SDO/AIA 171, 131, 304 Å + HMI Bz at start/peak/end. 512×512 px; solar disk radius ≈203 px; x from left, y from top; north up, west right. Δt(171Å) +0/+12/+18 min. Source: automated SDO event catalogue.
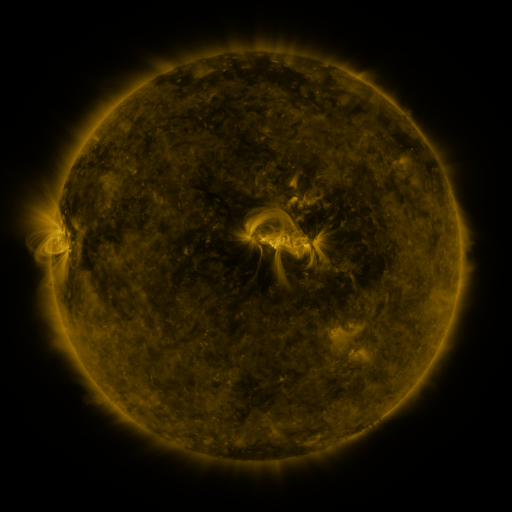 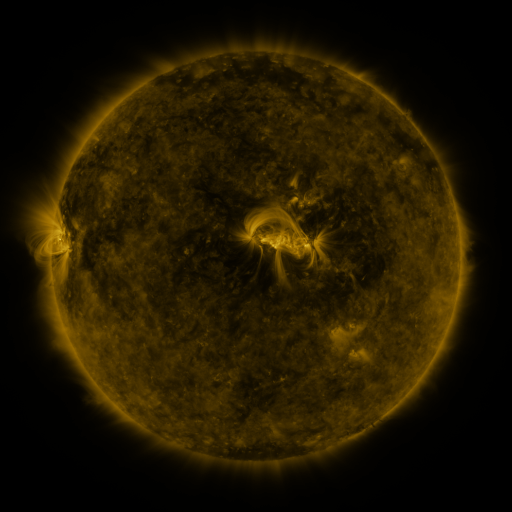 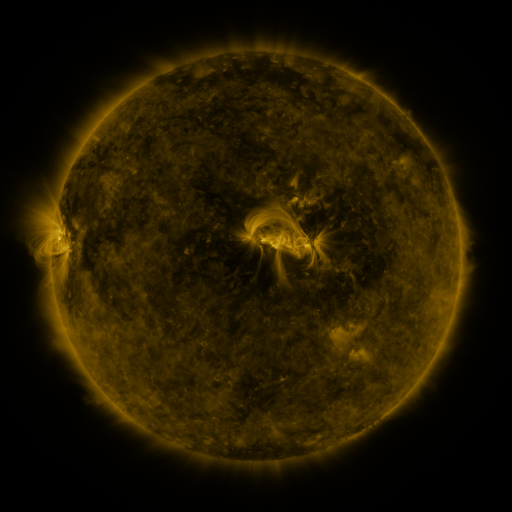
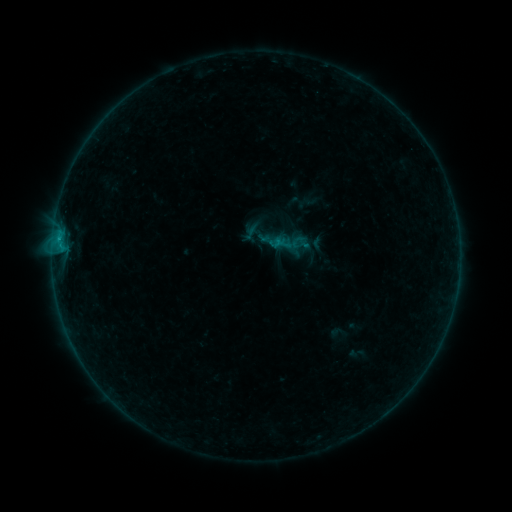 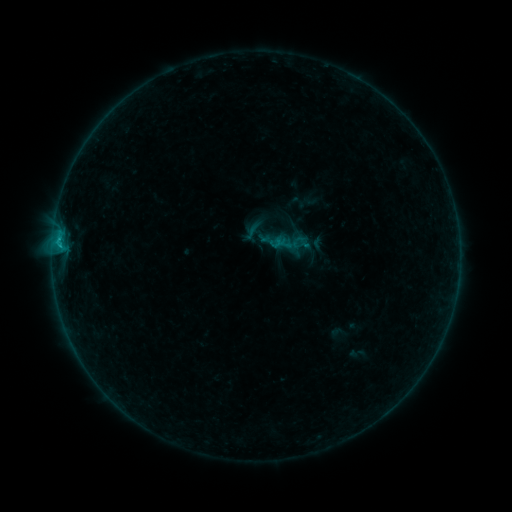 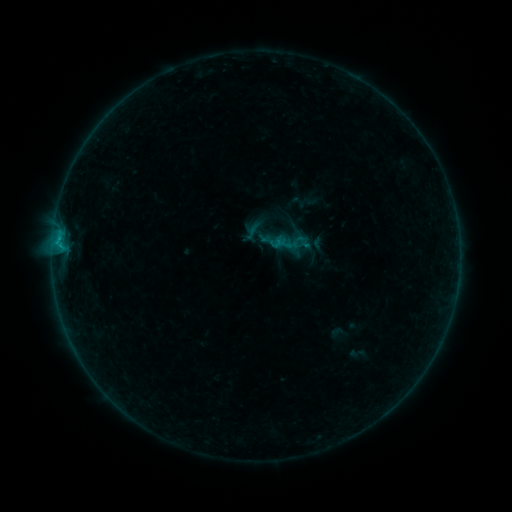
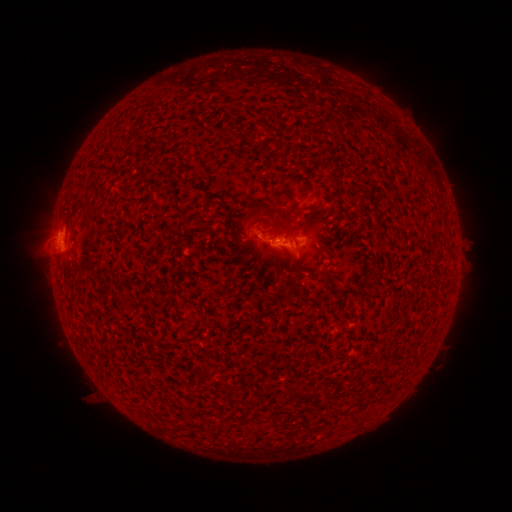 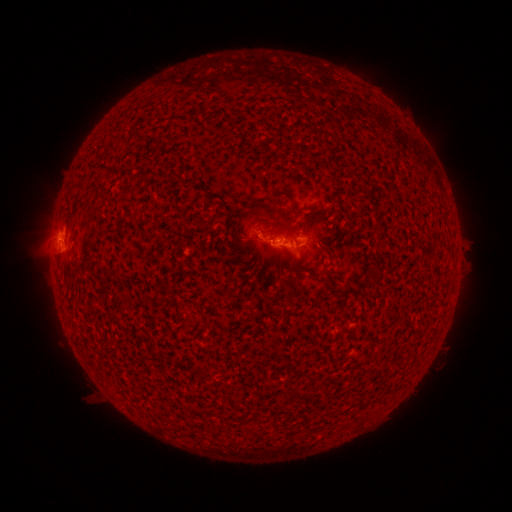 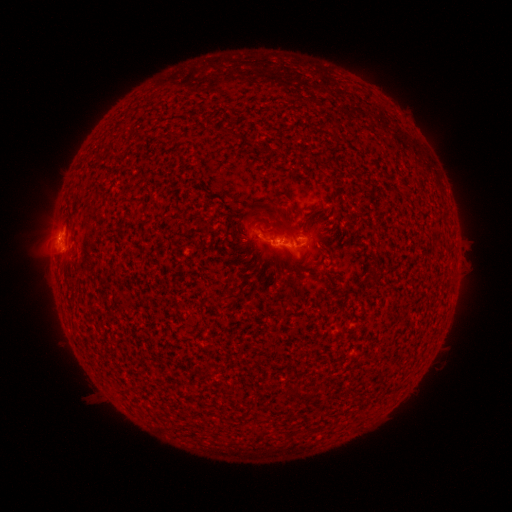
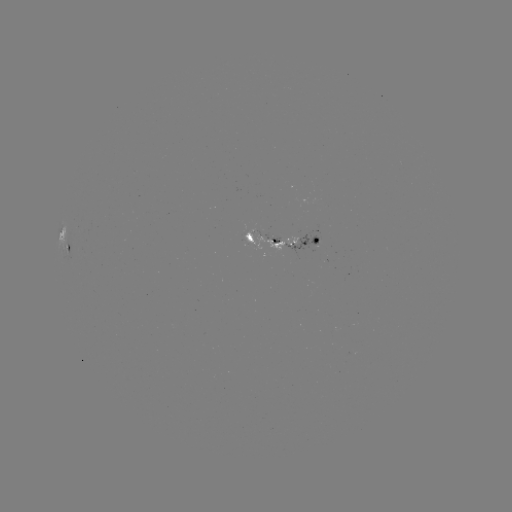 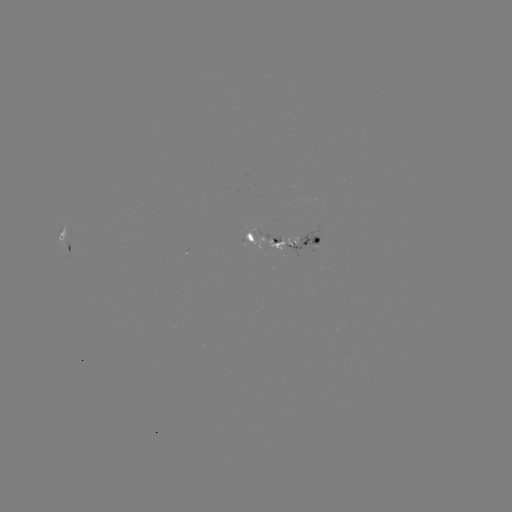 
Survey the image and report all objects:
B5.0 flare: (58, 243)
